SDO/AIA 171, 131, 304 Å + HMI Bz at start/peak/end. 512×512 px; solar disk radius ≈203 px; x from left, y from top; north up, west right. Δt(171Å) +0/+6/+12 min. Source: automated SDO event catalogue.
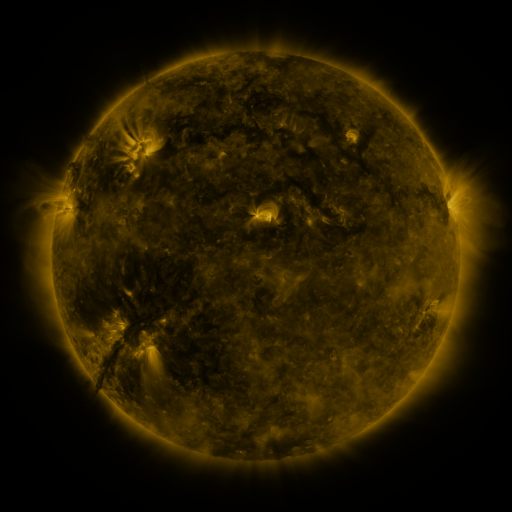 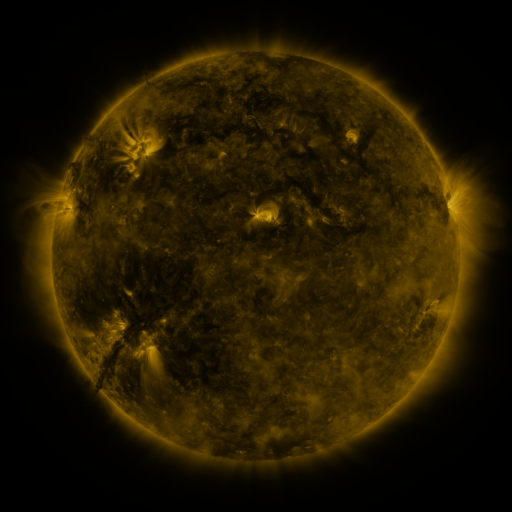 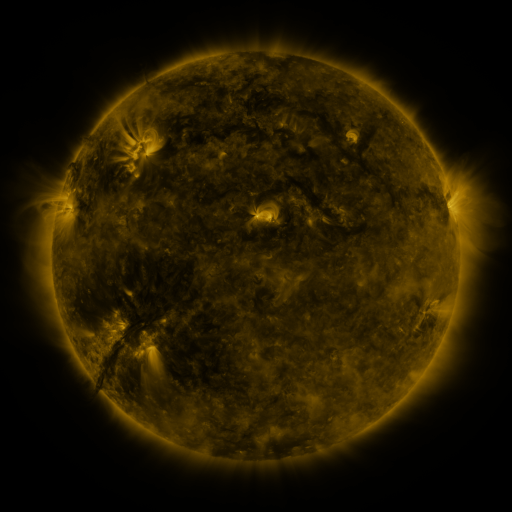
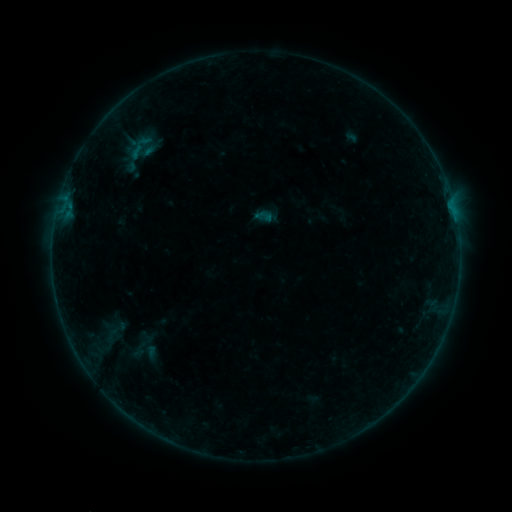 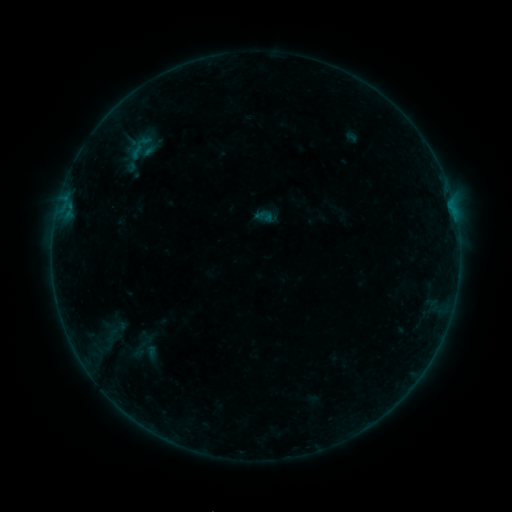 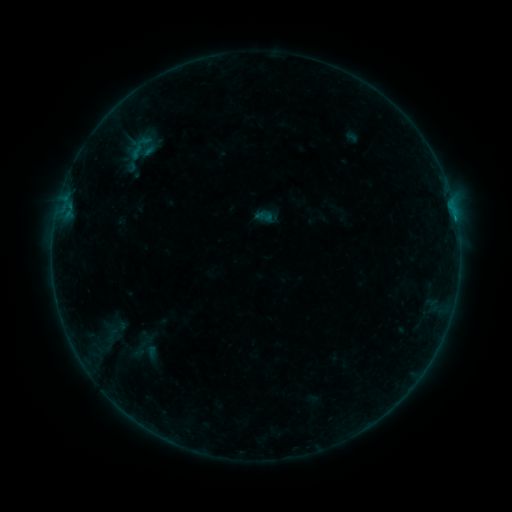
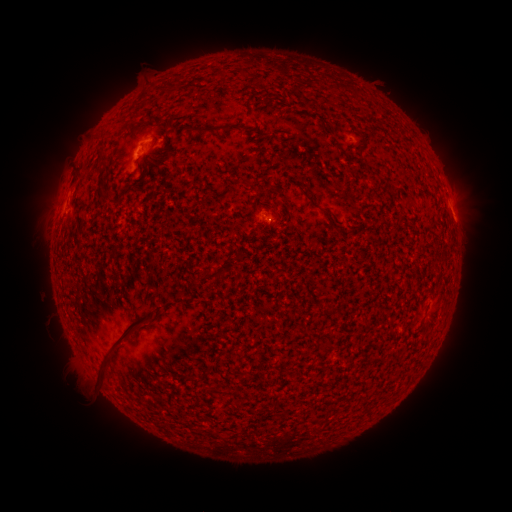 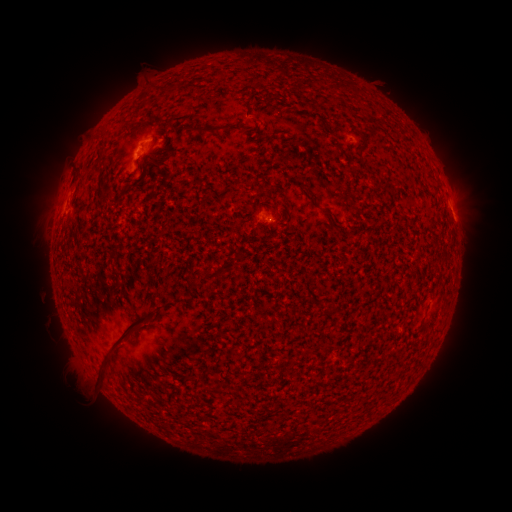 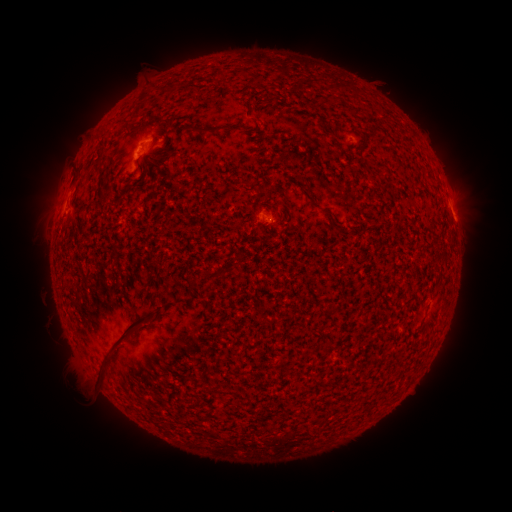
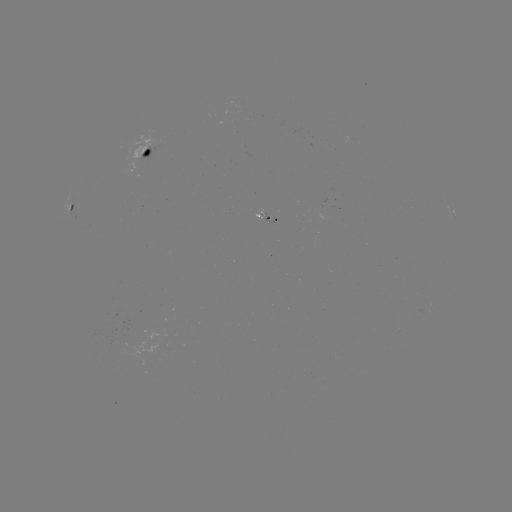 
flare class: B1.9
